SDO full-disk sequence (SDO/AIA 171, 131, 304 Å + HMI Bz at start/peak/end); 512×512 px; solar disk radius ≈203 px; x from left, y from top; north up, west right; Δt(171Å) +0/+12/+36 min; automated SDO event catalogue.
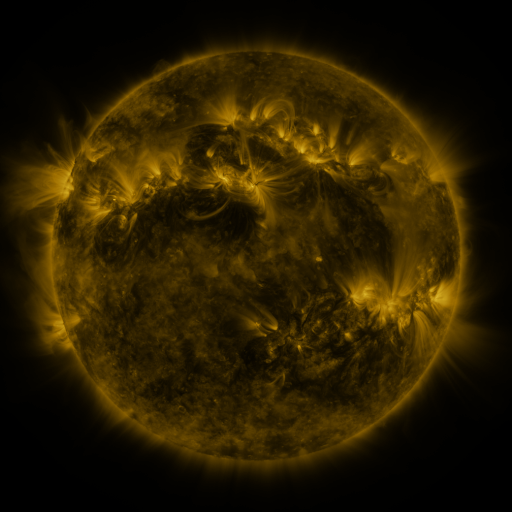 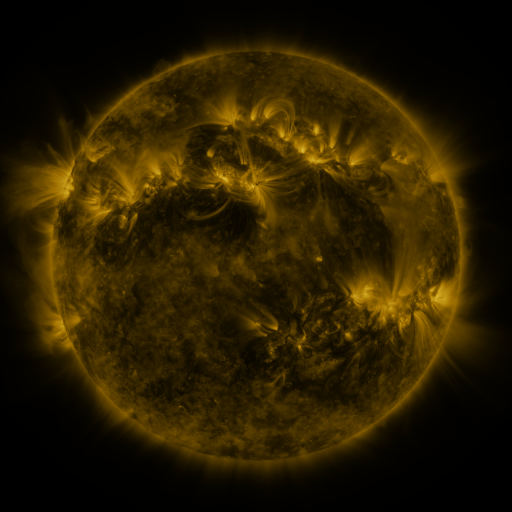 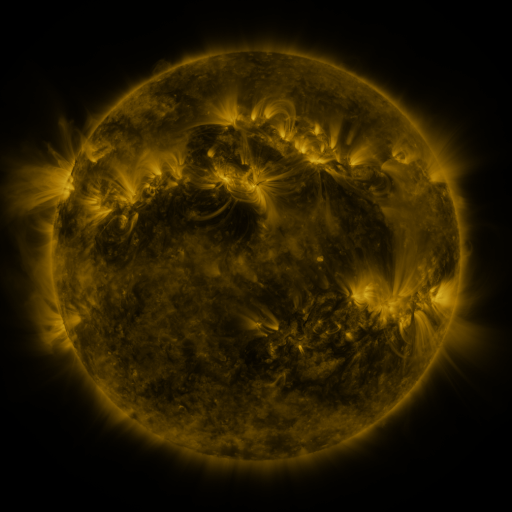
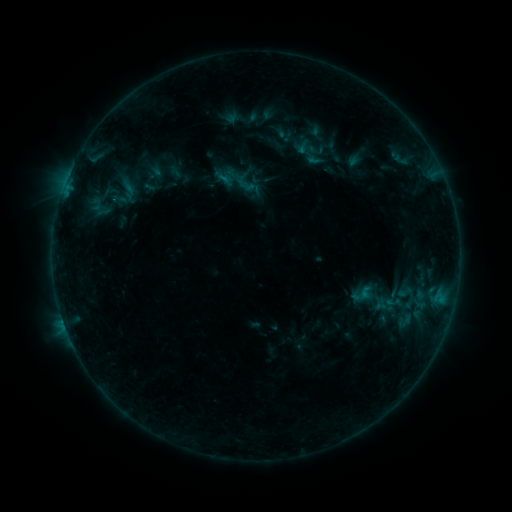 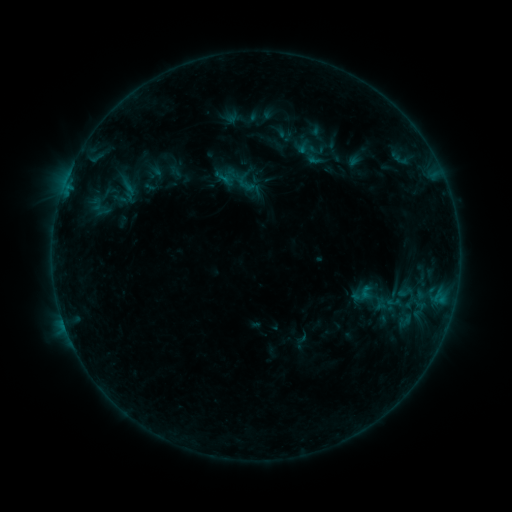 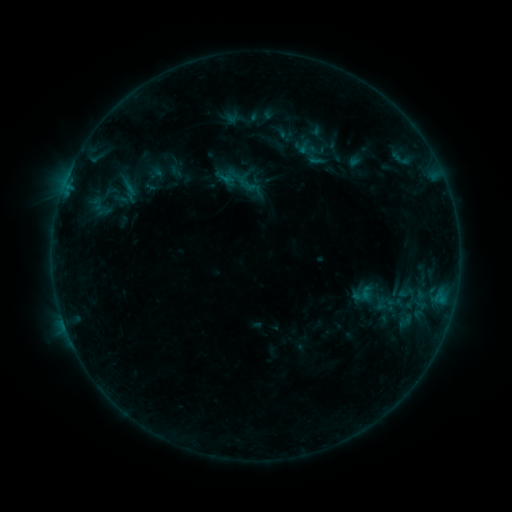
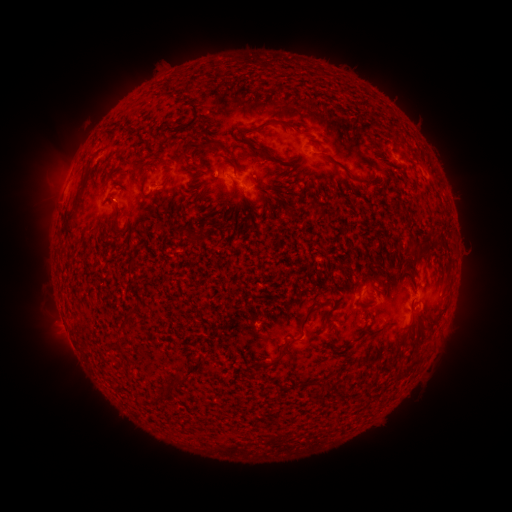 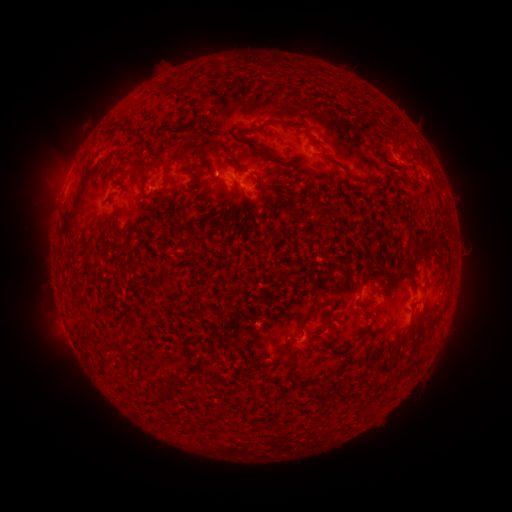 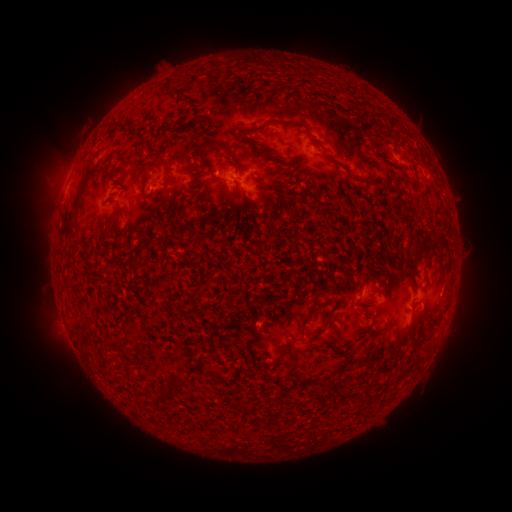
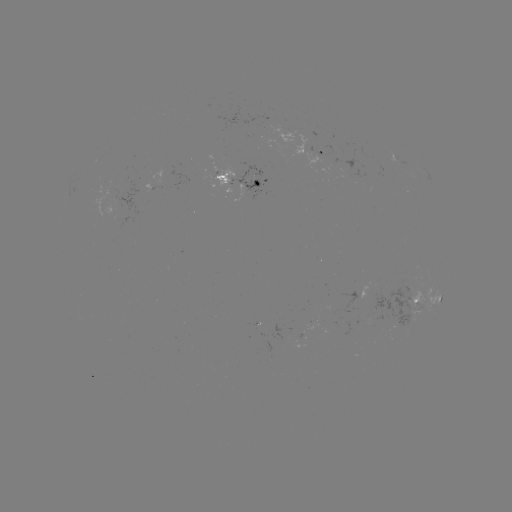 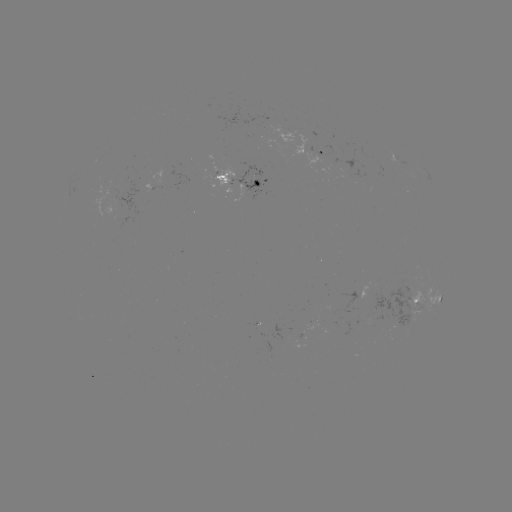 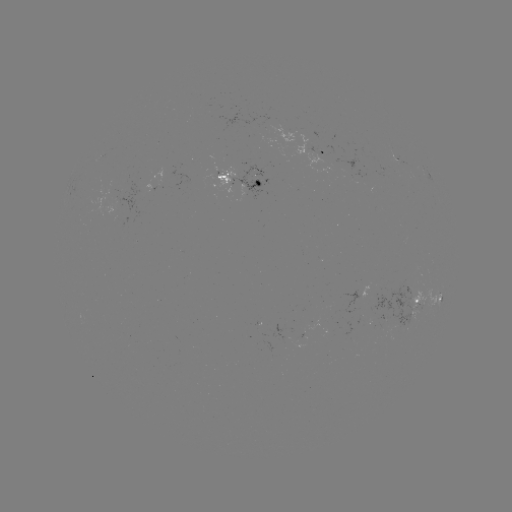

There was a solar emerging-flux region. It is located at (414, 292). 